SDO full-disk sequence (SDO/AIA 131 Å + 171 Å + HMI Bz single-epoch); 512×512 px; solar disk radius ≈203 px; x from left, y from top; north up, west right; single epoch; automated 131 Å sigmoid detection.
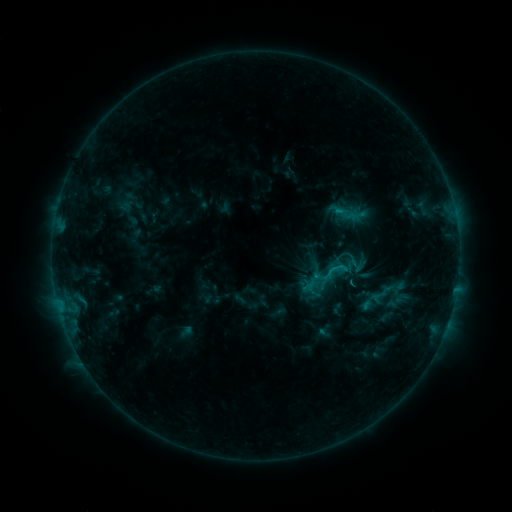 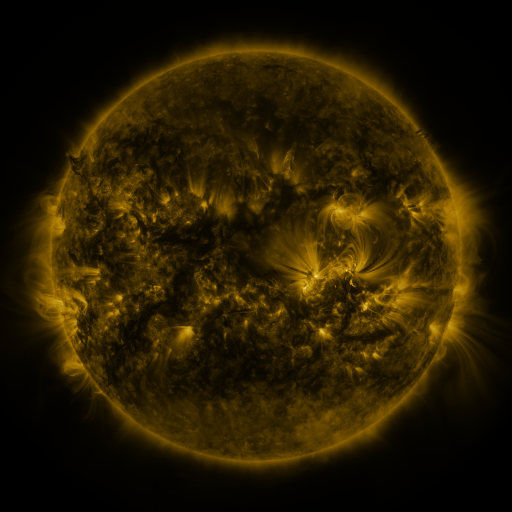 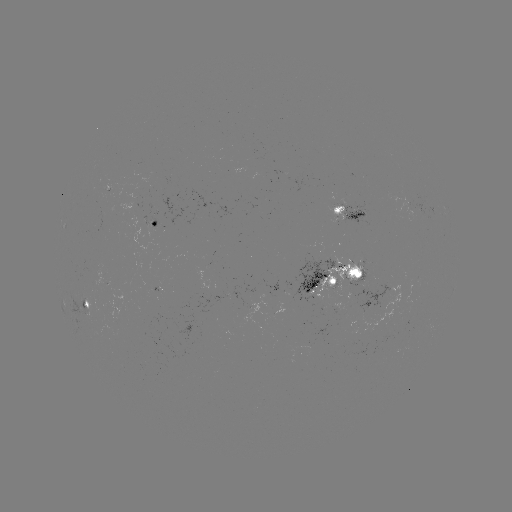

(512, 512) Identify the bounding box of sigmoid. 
[312, 253, 349, 292].